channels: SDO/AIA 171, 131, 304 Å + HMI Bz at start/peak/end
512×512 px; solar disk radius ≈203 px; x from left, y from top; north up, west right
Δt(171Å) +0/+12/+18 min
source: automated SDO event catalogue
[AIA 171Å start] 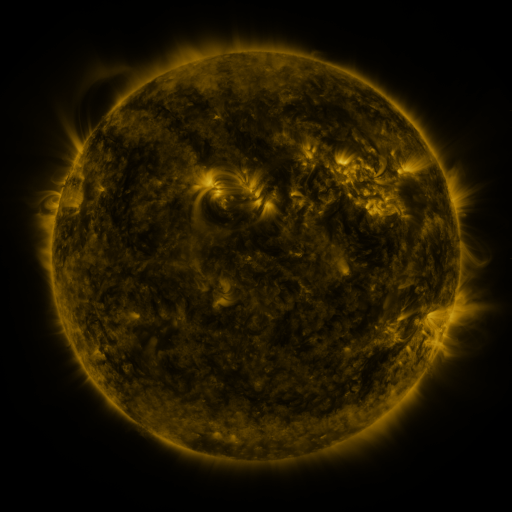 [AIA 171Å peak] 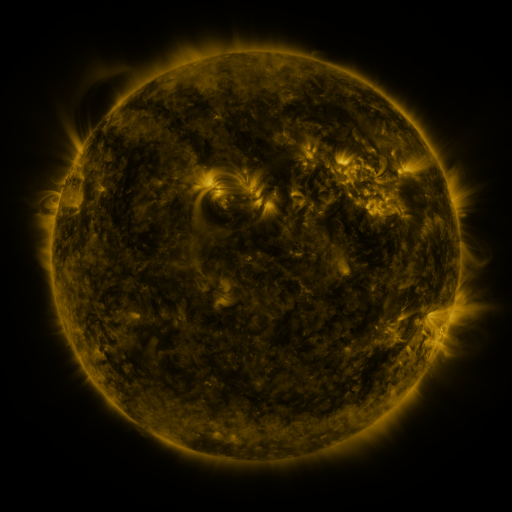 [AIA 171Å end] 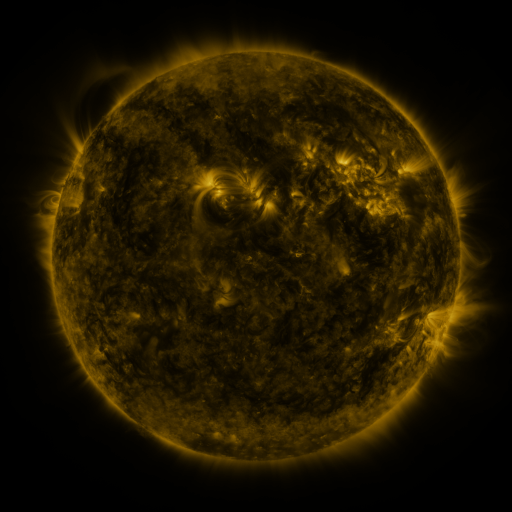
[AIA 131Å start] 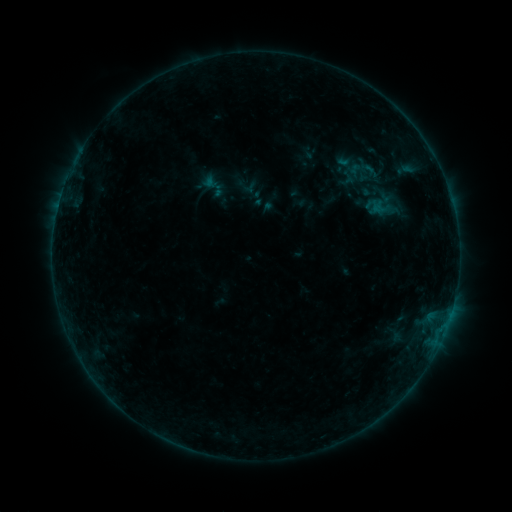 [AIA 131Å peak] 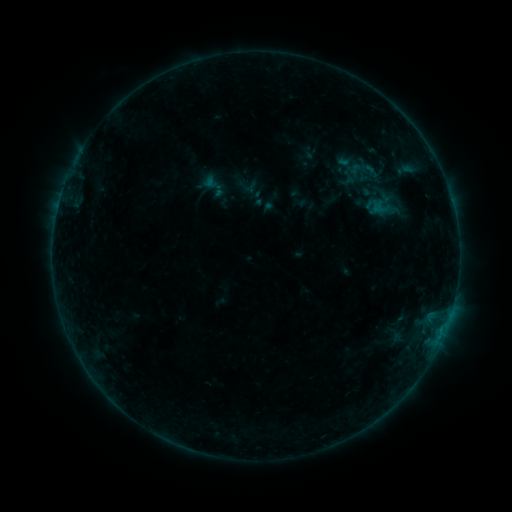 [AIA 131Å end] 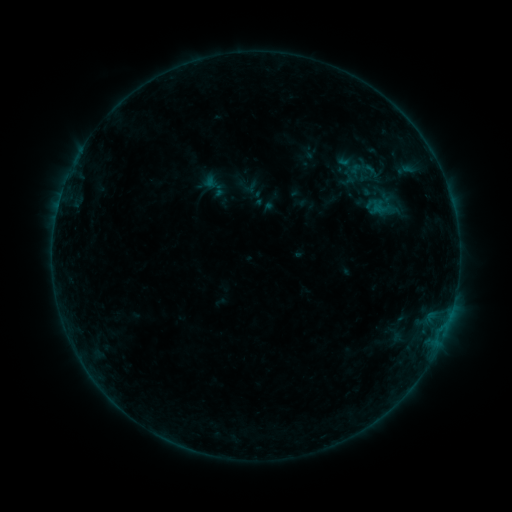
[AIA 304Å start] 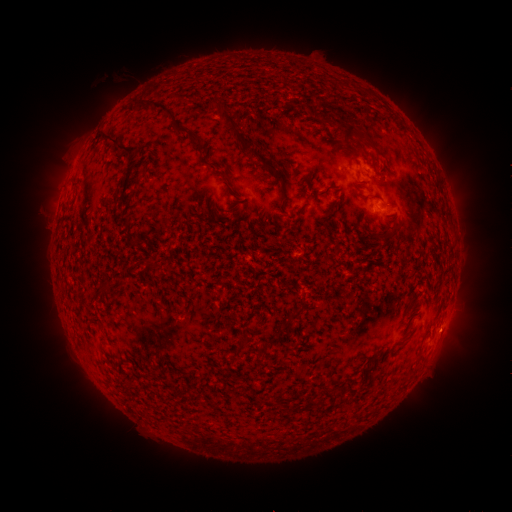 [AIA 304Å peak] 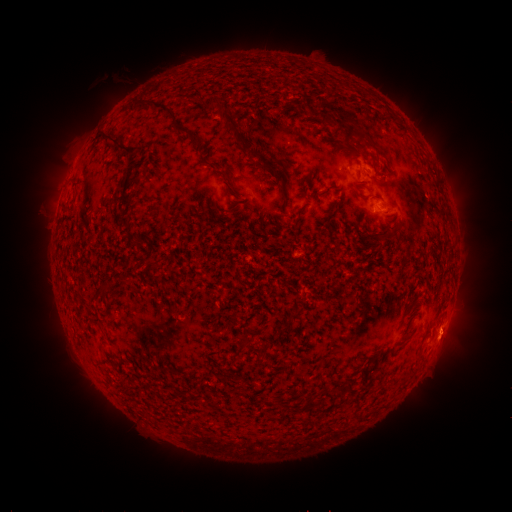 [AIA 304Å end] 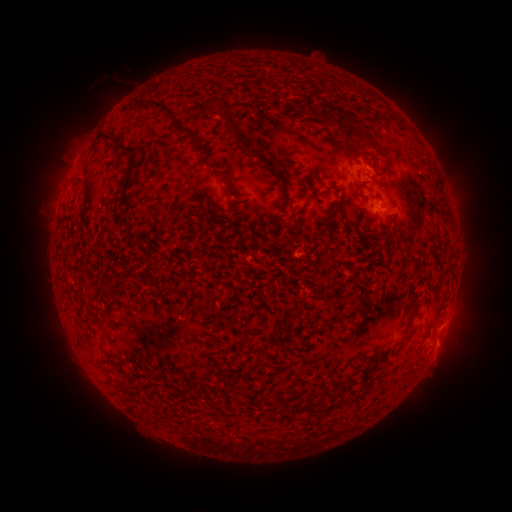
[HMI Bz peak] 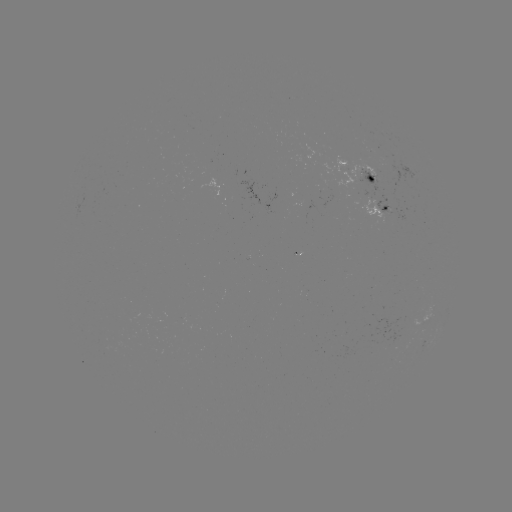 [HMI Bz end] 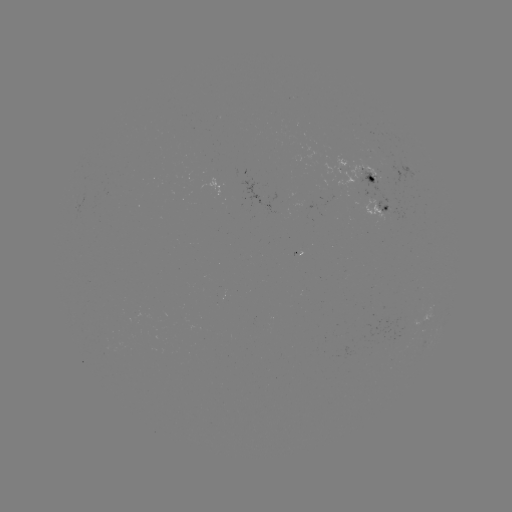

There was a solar eruption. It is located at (450, 340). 